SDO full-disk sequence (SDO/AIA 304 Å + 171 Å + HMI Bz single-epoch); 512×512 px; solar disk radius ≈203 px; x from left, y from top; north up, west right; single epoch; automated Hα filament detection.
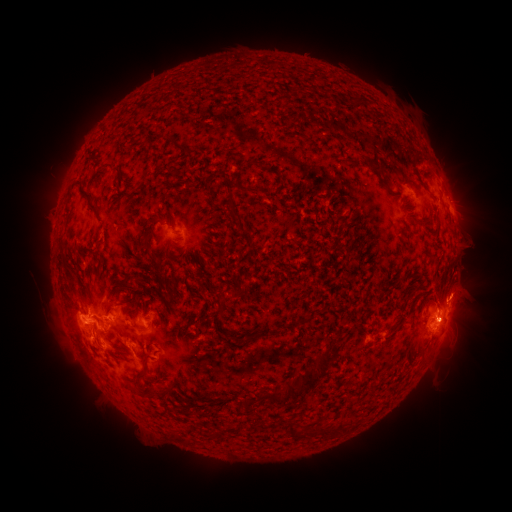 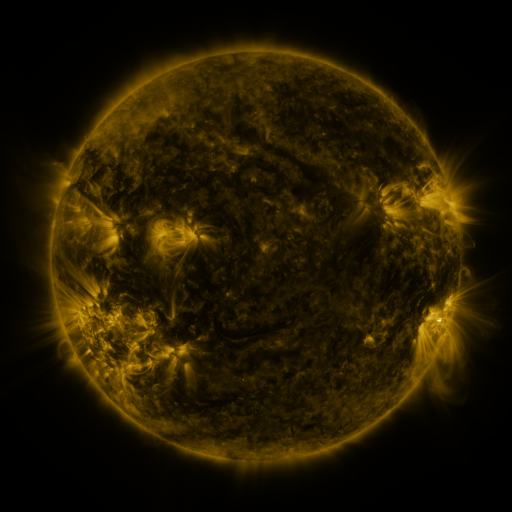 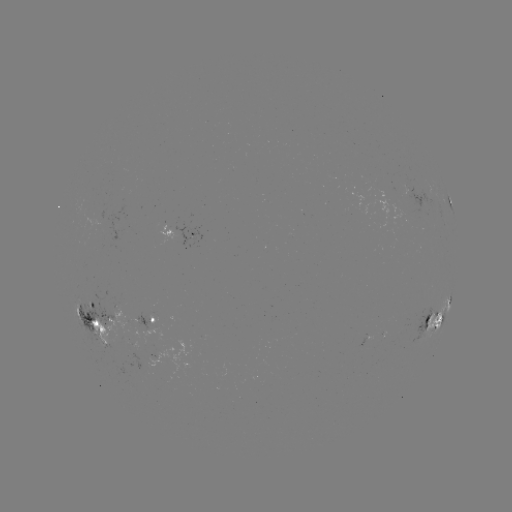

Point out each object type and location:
filament: [368, 165, 383, 173]
filament: [400, 179, 413, 188]
filament: [237, 184, 257, 194]
filament: [80, 187, 98, 212]
filament: [230, 207, 241, 221]
filament: [143, 218, 157, 245]
filament: [103, 302, 113, 313]
filament: [422, 316, 430, 326]
filament: [295, 354, 330, 388]
filament: [137, 384, 152, 395]
filament: [258, 390, 285, 403]
filament: [245, 398, 256, 407]
filament: [286, 422, 296, 437]
filament: [303, 426, 318, 436]
